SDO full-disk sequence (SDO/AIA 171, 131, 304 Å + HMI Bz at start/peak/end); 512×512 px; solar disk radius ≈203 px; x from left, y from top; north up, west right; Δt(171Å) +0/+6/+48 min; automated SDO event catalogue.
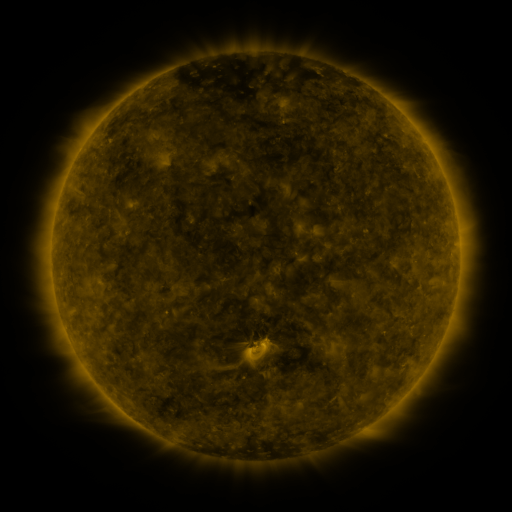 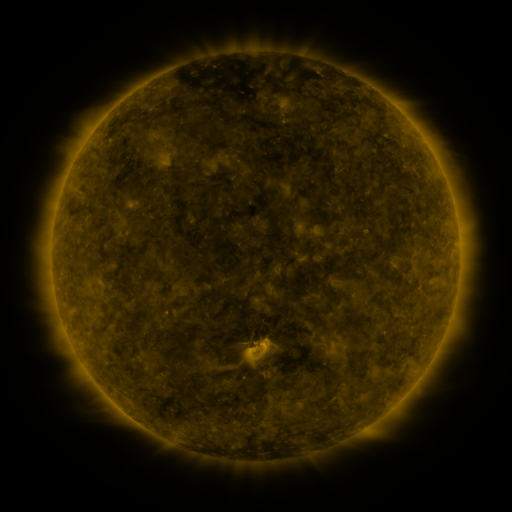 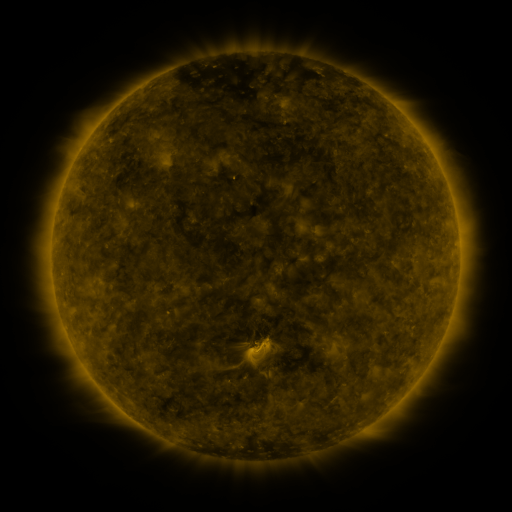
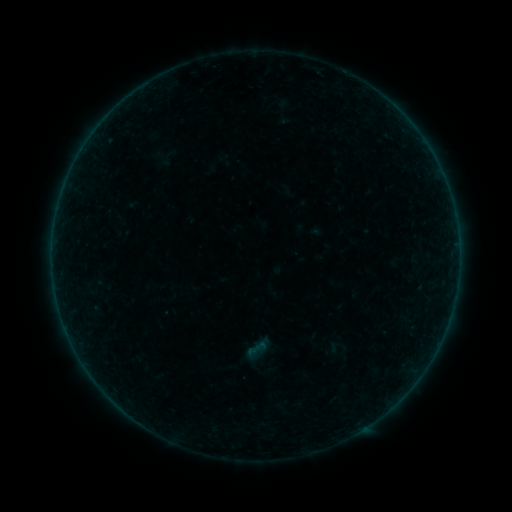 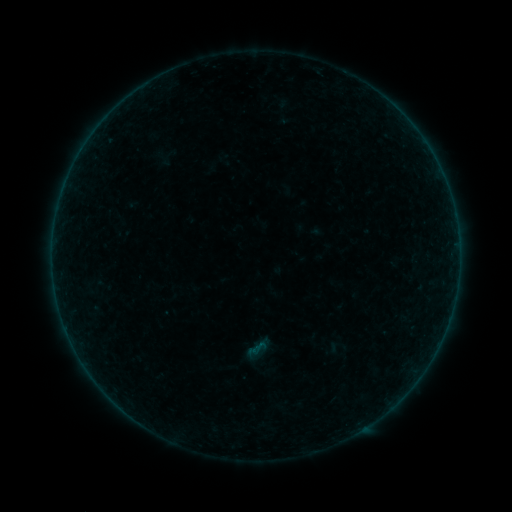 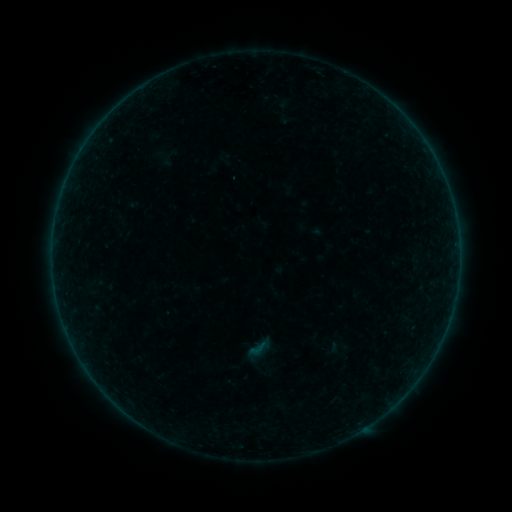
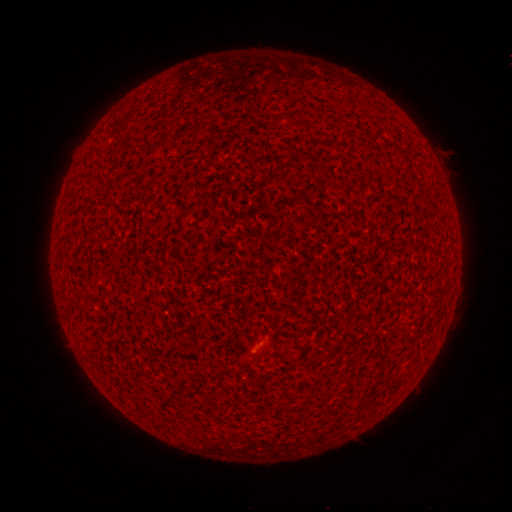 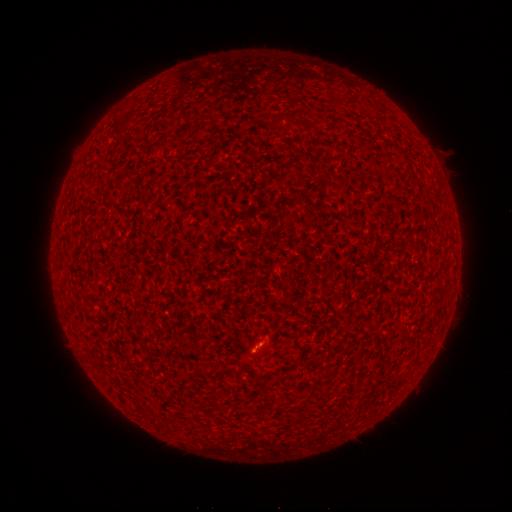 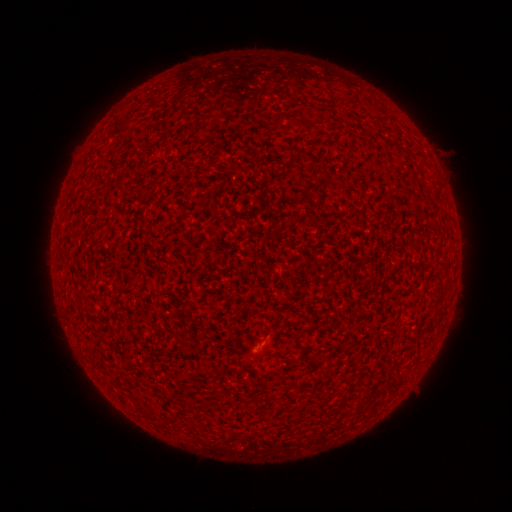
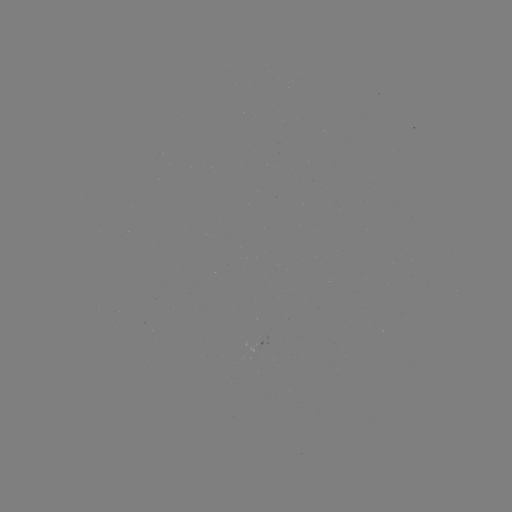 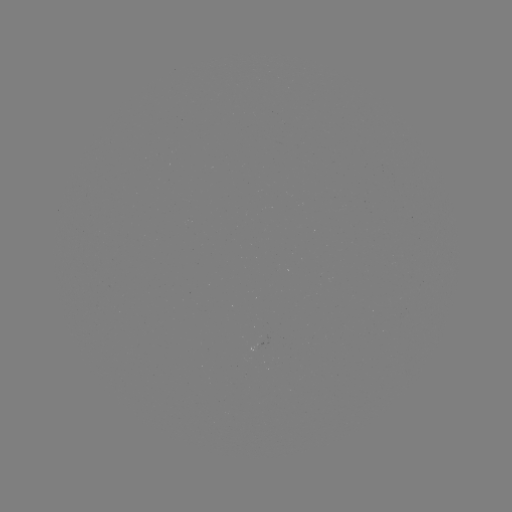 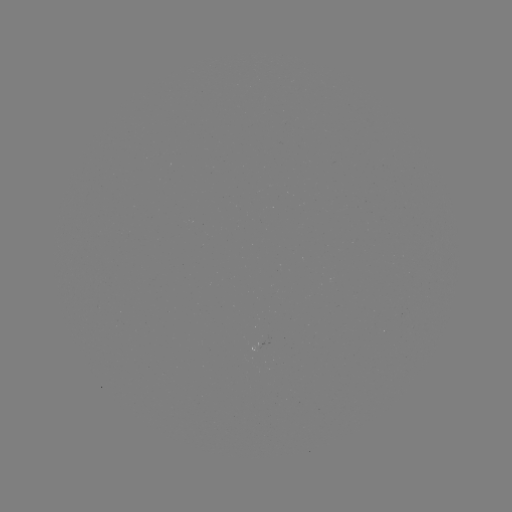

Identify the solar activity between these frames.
B1.2 flare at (256, 350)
